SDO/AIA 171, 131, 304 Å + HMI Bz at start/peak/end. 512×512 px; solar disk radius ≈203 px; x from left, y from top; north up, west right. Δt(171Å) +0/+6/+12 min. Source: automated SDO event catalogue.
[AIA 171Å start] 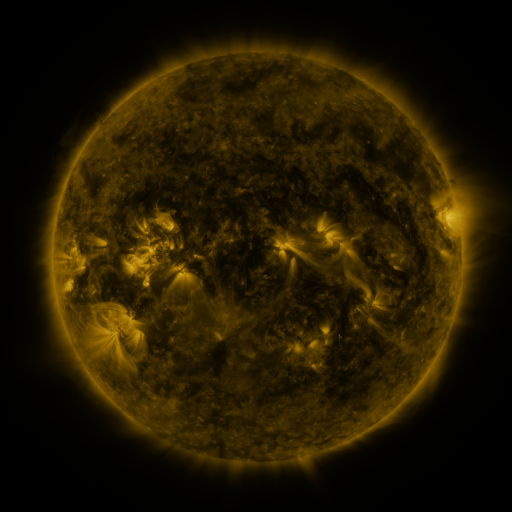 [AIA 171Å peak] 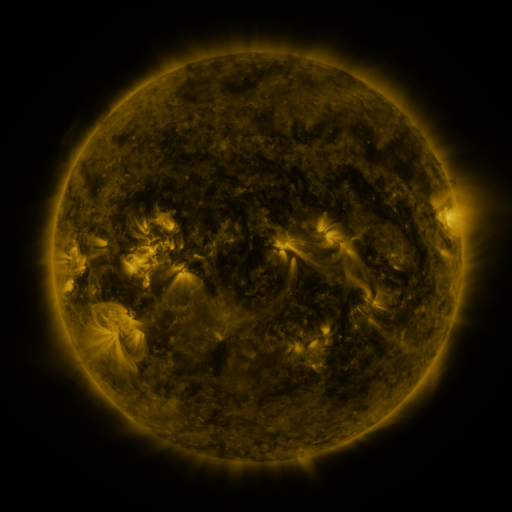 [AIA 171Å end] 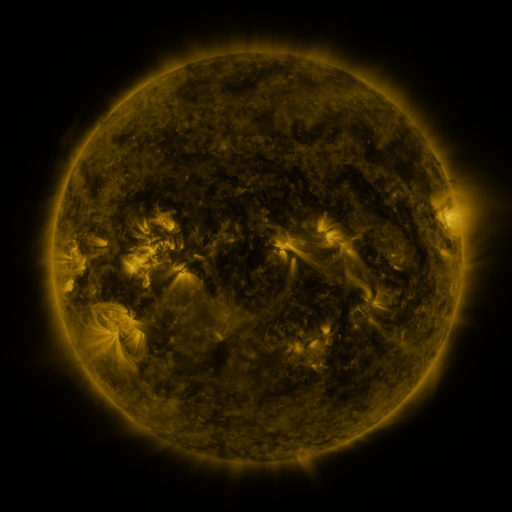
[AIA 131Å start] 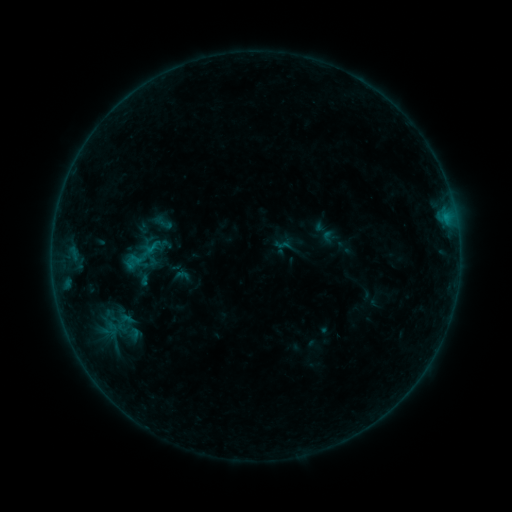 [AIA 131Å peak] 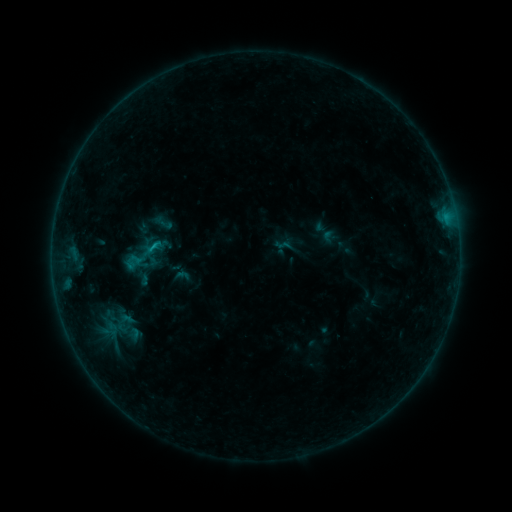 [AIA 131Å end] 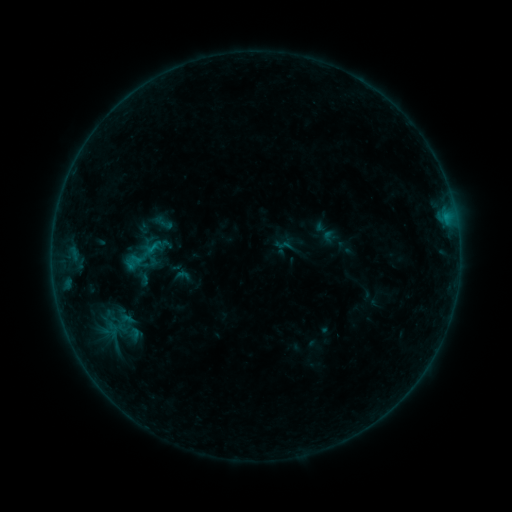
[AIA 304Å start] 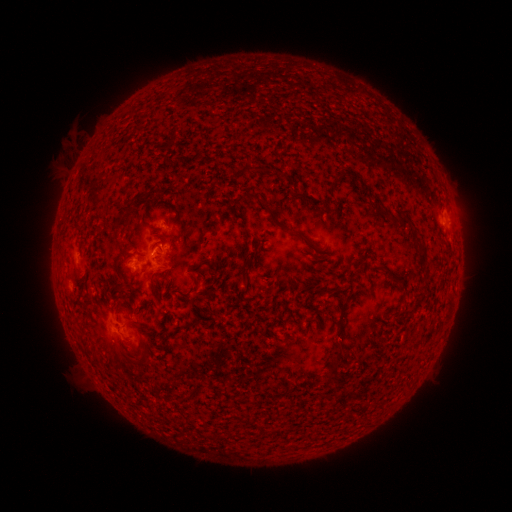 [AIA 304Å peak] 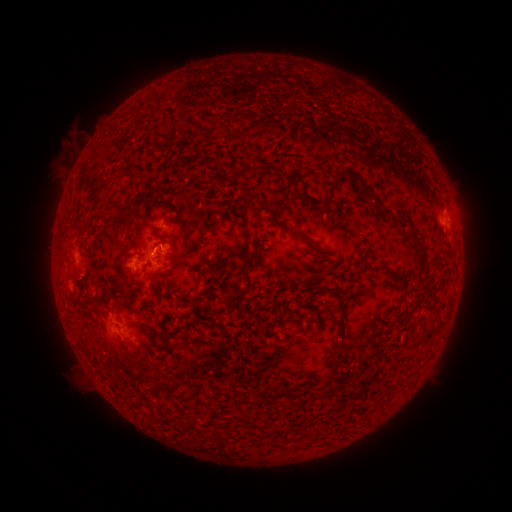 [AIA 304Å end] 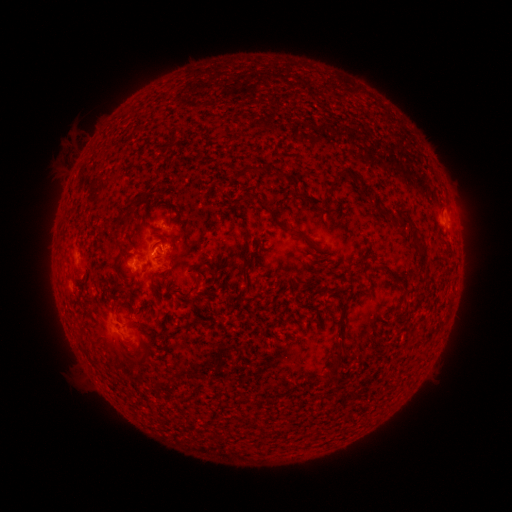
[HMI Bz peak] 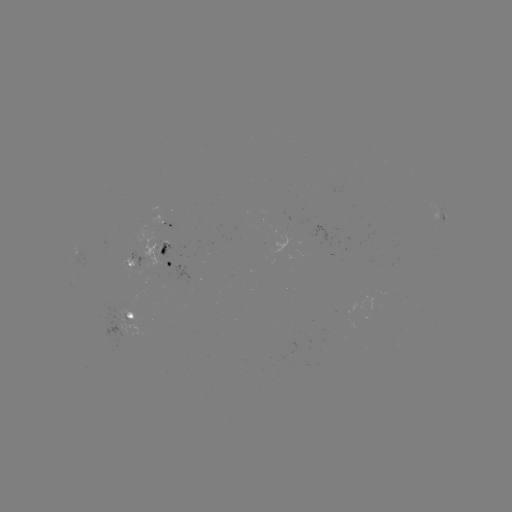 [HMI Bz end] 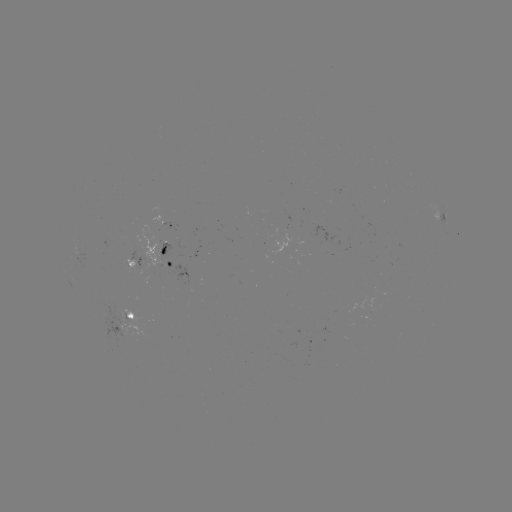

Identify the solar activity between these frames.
B4.0 flare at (157, 251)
